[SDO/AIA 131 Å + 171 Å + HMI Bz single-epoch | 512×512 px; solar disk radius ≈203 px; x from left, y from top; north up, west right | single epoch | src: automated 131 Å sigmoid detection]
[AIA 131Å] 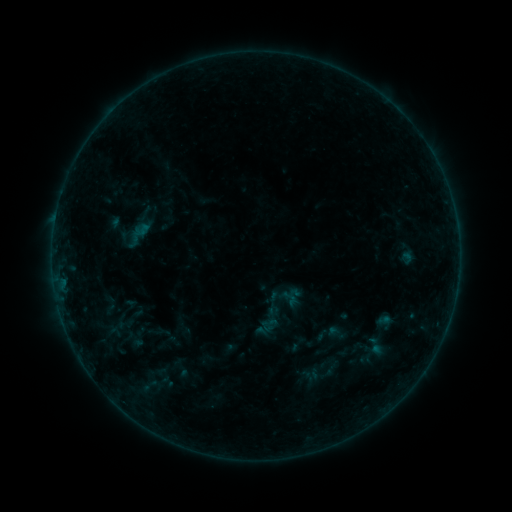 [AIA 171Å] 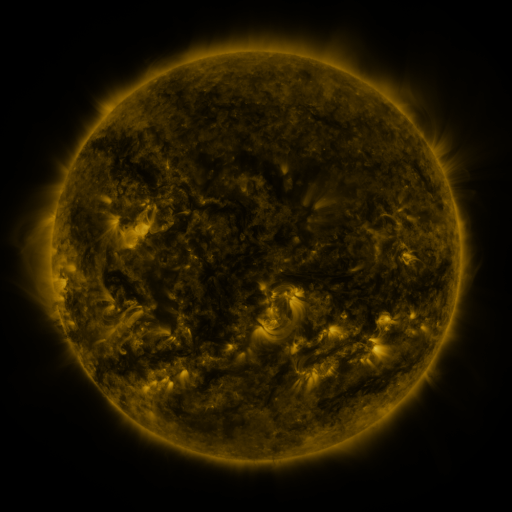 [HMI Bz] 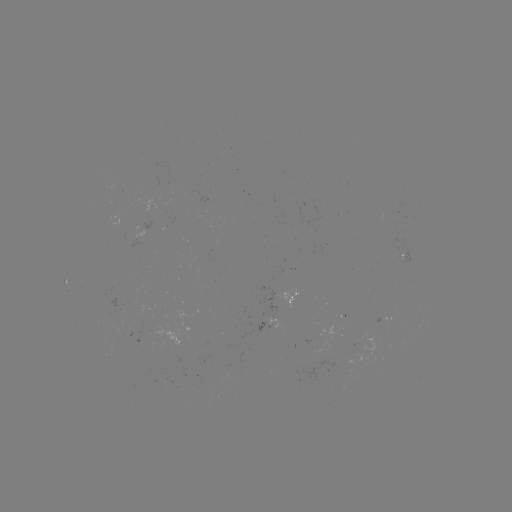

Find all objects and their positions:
sigmoid: (137, 235)
sigmoid: (291, 298)
